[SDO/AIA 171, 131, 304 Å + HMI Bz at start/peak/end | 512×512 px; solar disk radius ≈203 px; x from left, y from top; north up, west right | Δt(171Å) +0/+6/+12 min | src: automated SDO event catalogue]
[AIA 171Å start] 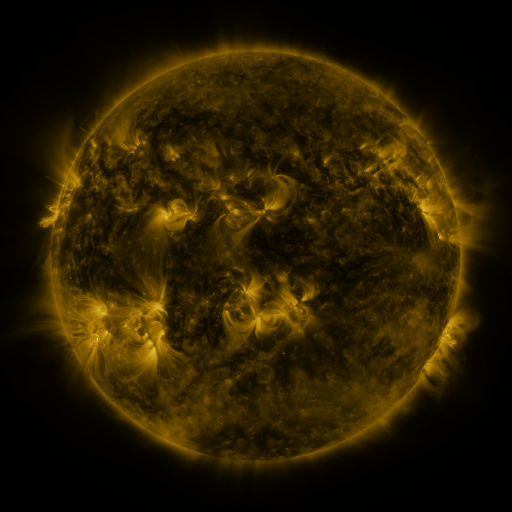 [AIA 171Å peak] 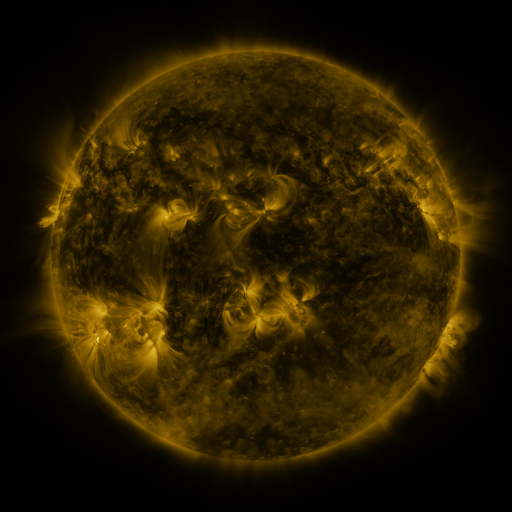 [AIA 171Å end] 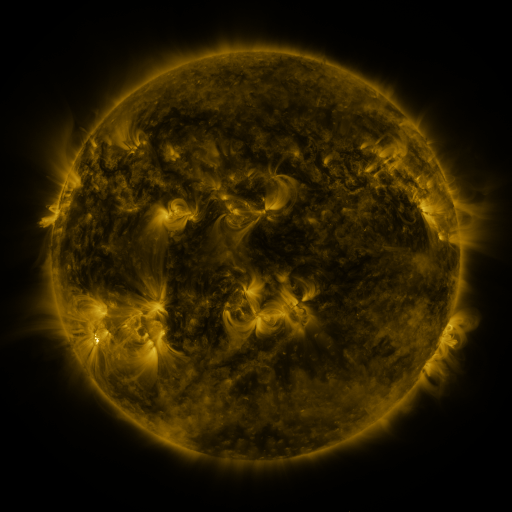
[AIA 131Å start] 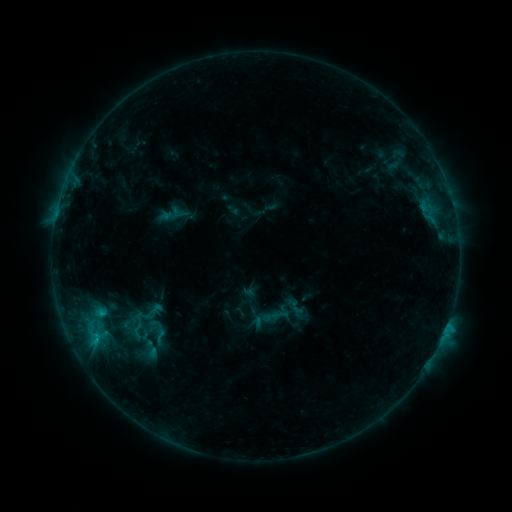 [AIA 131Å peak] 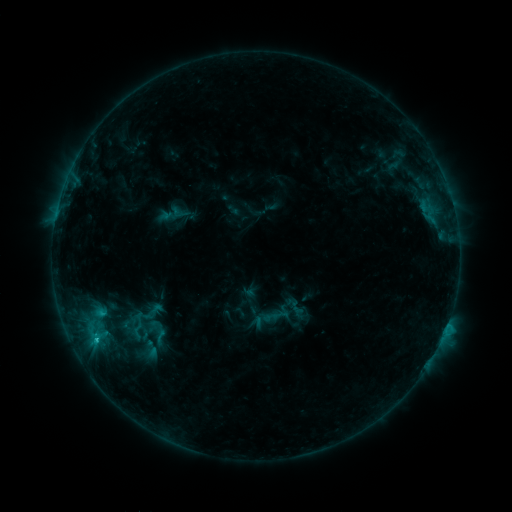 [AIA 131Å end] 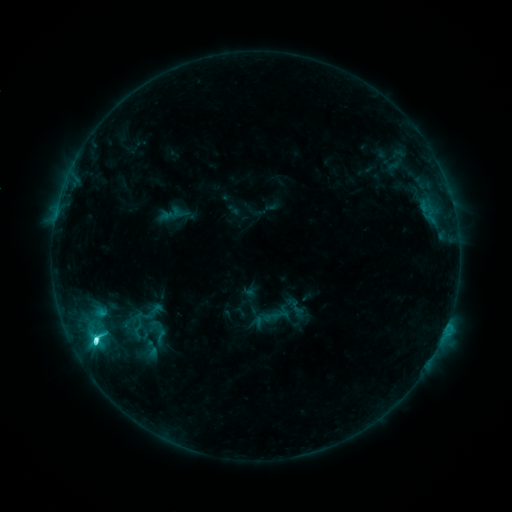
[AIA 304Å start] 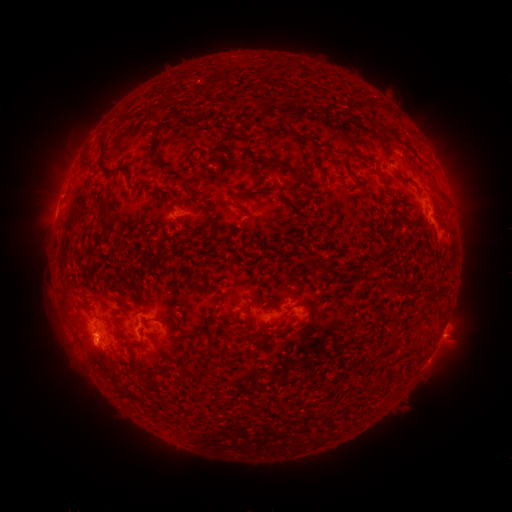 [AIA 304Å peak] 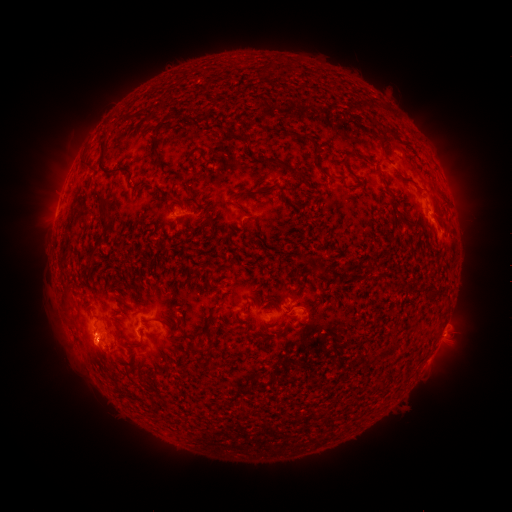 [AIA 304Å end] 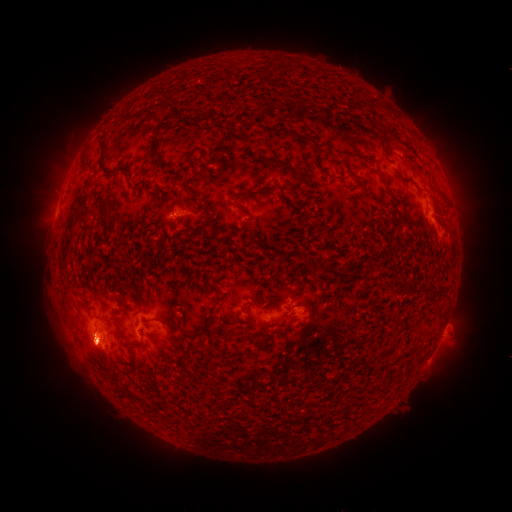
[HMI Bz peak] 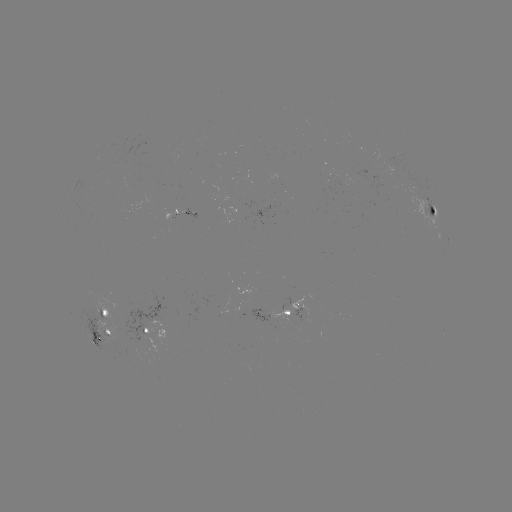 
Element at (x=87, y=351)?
eruption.